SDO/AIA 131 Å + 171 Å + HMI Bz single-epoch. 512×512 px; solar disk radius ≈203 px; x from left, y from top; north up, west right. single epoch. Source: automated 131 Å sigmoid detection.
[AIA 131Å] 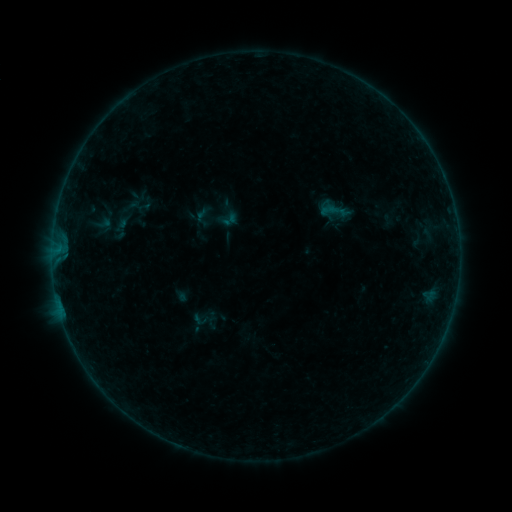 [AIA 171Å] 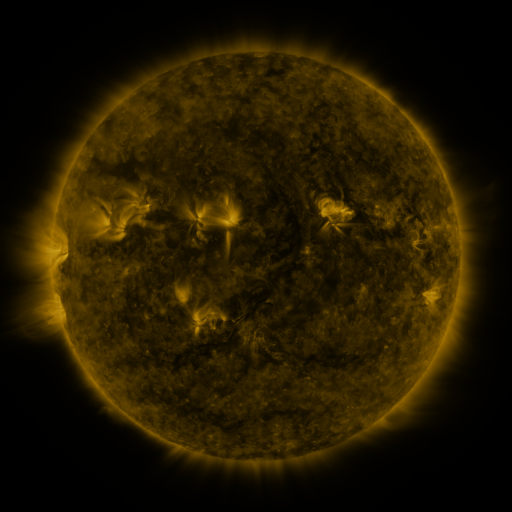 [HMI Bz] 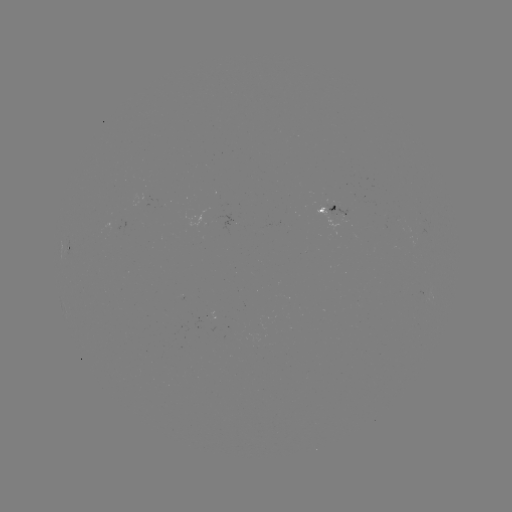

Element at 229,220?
sigmoid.